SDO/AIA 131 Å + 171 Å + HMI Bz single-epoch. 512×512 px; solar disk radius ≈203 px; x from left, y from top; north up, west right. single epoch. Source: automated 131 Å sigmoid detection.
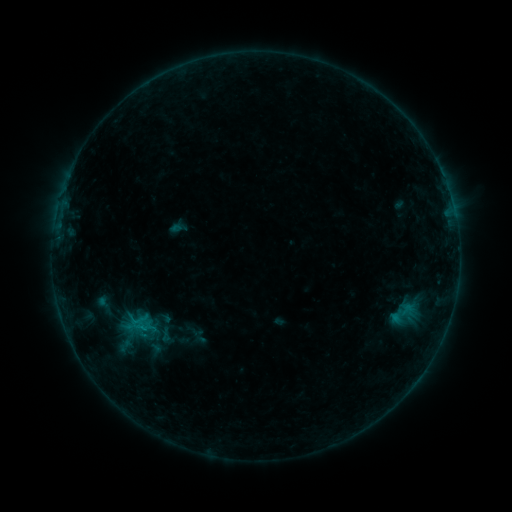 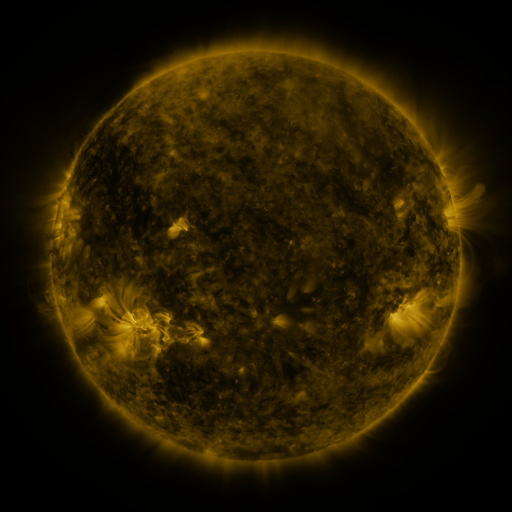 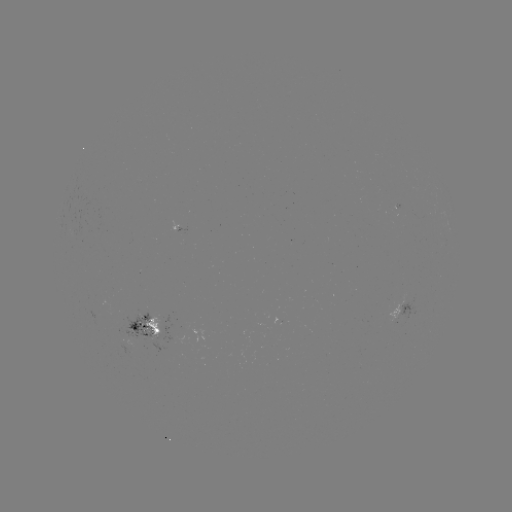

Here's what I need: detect sigmoid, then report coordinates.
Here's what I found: sigmoid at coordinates (404, 313).